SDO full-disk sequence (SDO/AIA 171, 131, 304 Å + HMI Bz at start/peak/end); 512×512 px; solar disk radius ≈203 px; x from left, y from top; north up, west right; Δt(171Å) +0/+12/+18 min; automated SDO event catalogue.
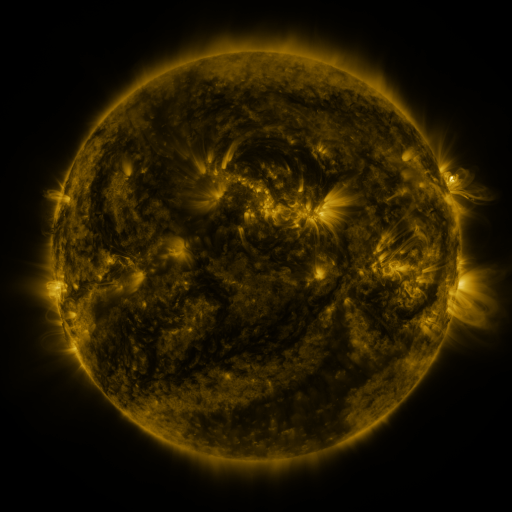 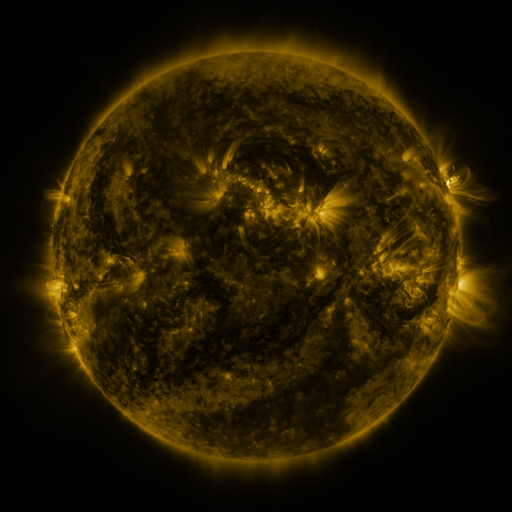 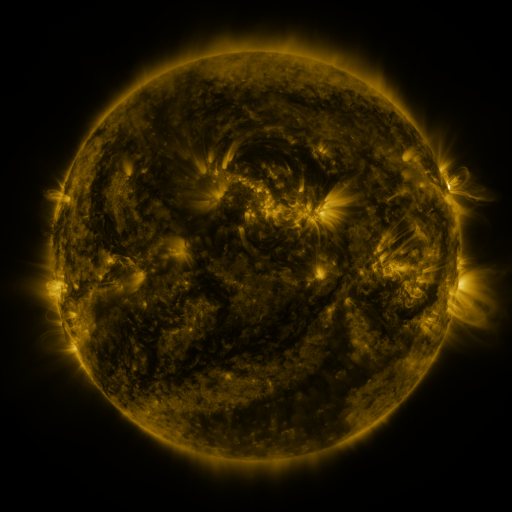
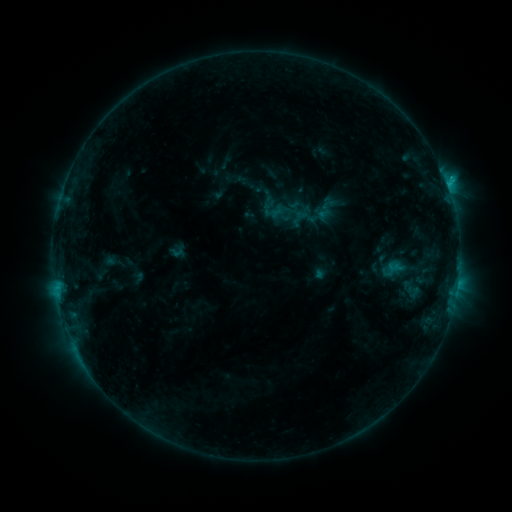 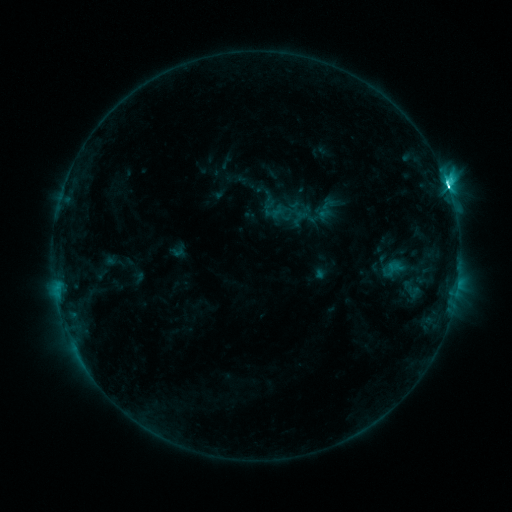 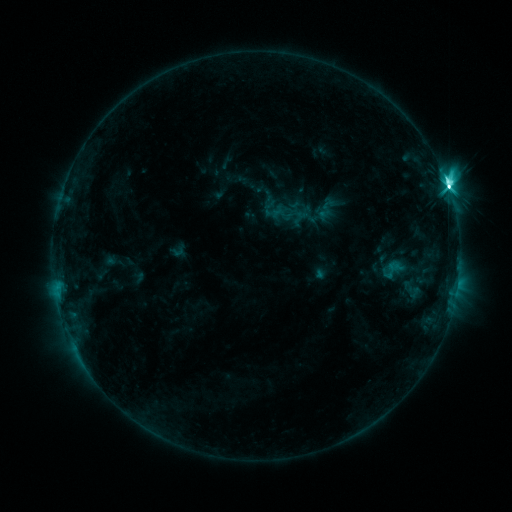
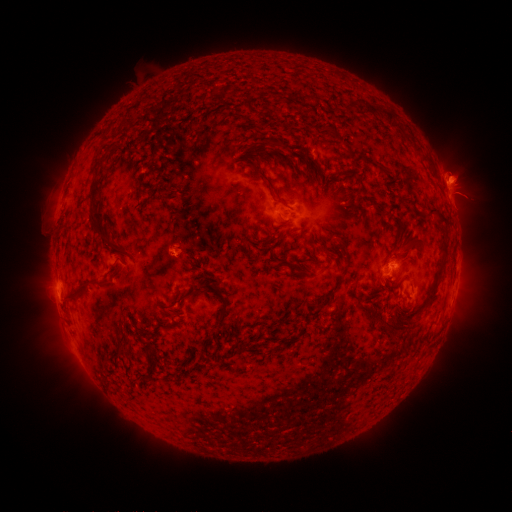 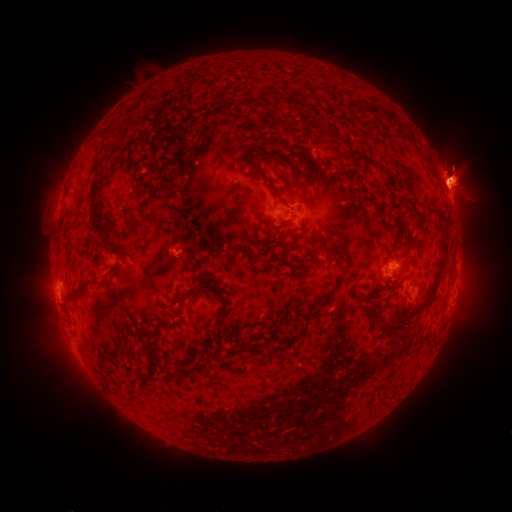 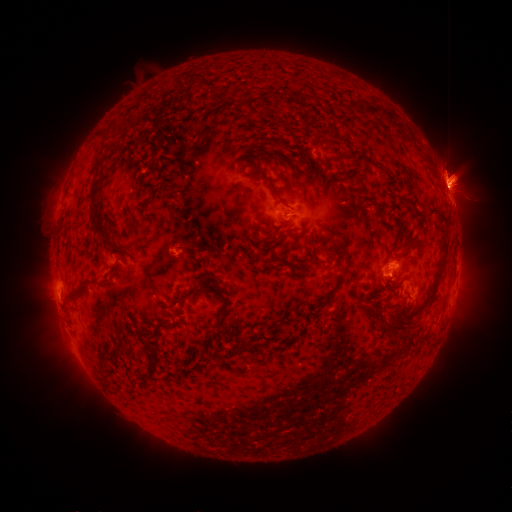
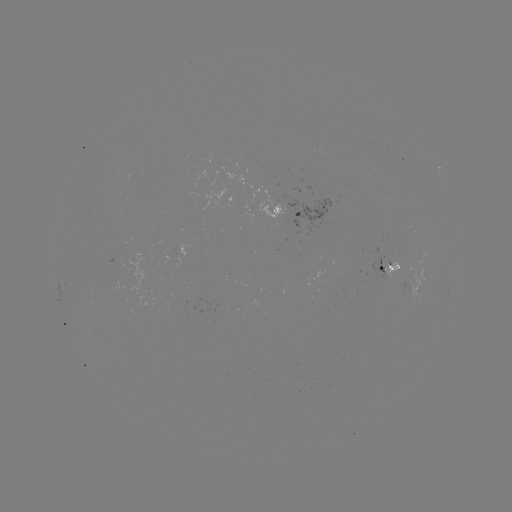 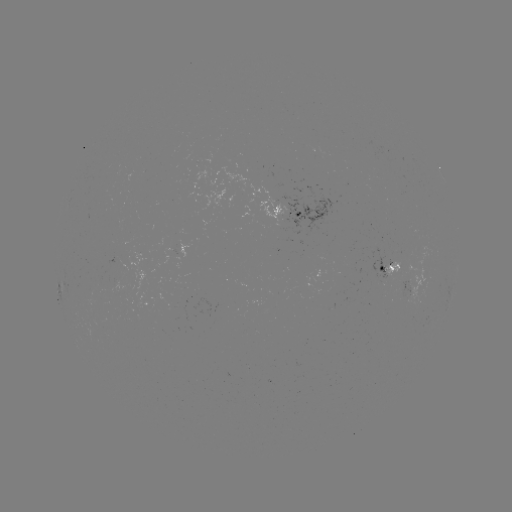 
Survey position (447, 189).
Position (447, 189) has M4.1 flare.